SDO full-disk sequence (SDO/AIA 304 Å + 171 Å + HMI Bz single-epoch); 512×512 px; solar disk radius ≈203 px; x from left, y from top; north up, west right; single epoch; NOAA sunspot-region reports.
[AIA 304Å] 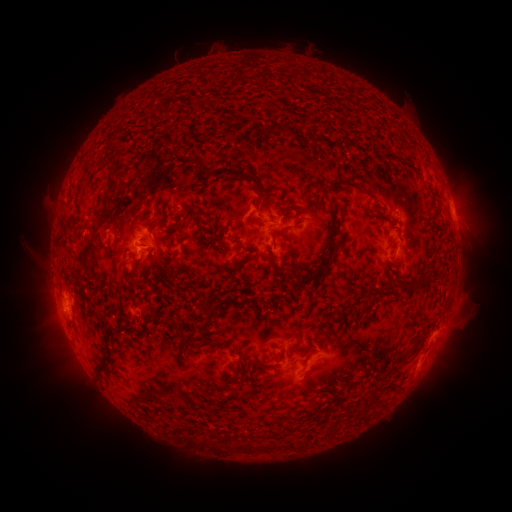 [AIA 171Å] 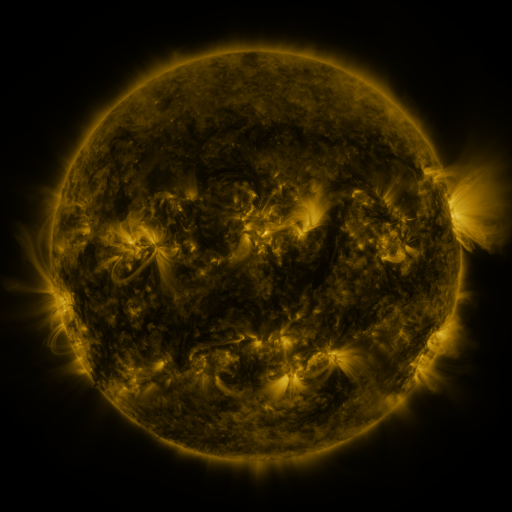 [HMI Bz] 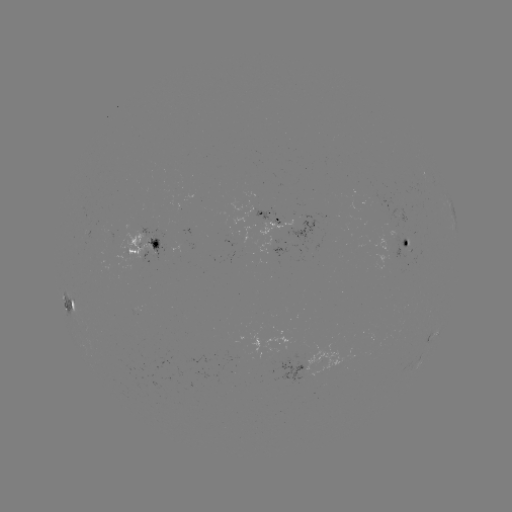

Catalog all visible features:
spotted active region: (273, 221)
spotted active region: (403, 243)
spotted active region: (145, 246)
spotted active region: (69, 304)
spotted active region: (432, 338)
